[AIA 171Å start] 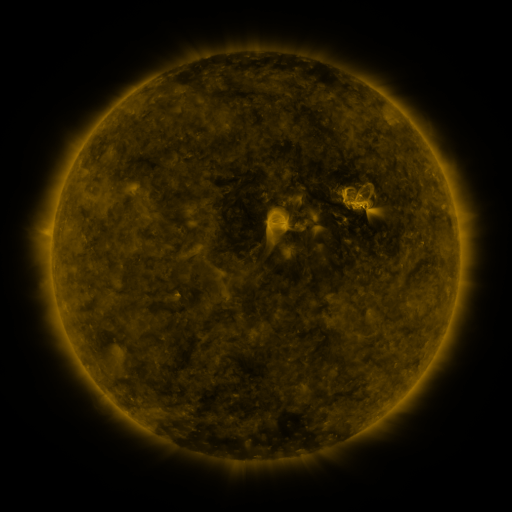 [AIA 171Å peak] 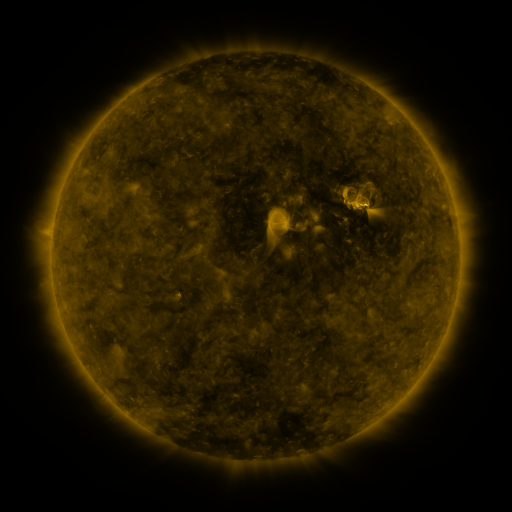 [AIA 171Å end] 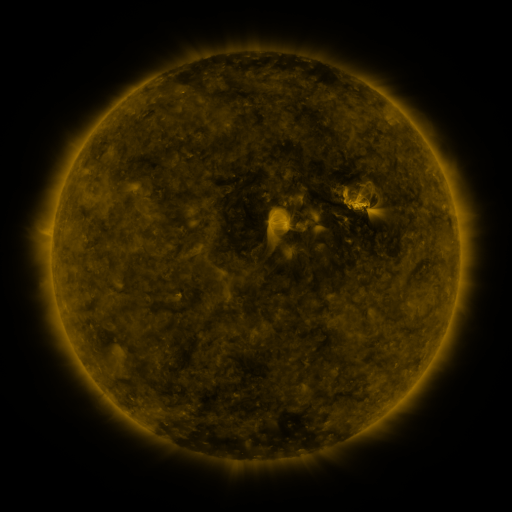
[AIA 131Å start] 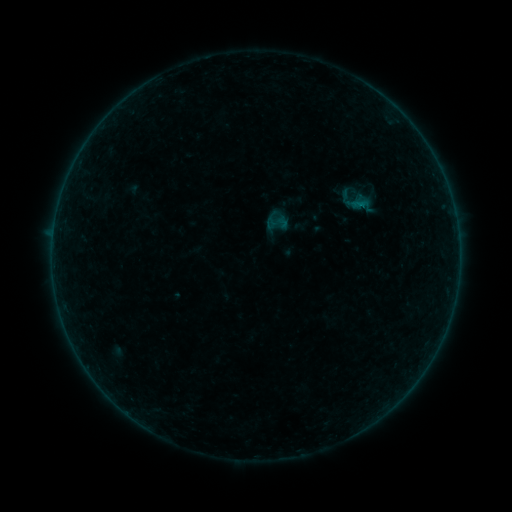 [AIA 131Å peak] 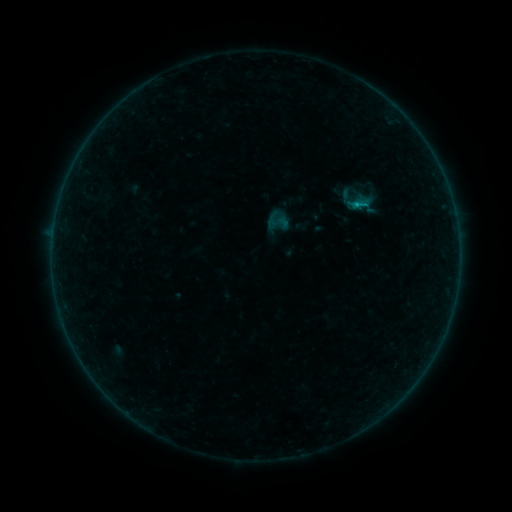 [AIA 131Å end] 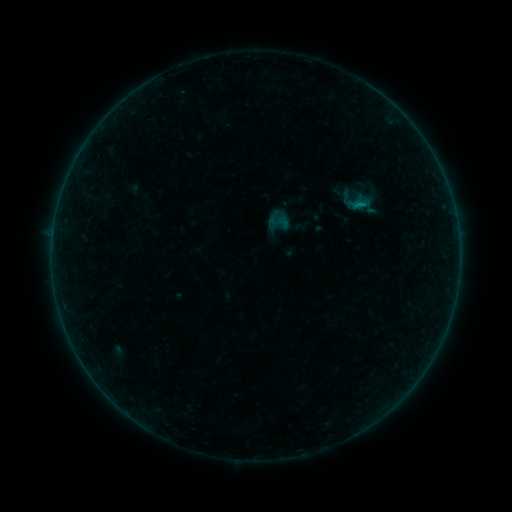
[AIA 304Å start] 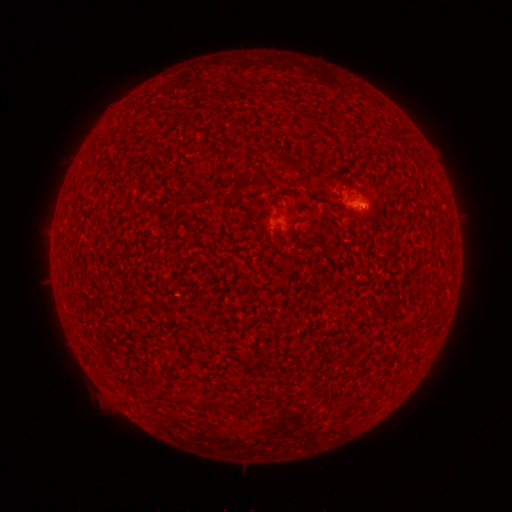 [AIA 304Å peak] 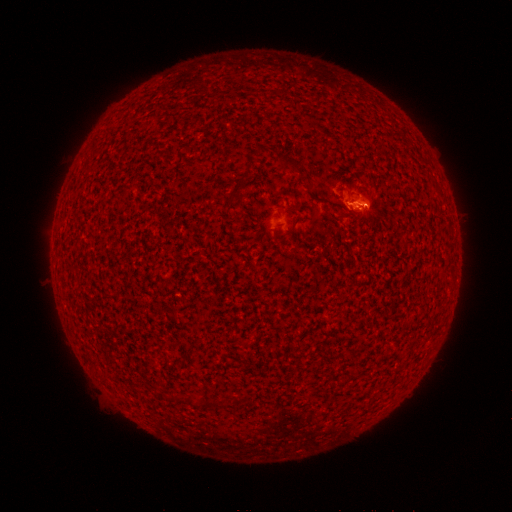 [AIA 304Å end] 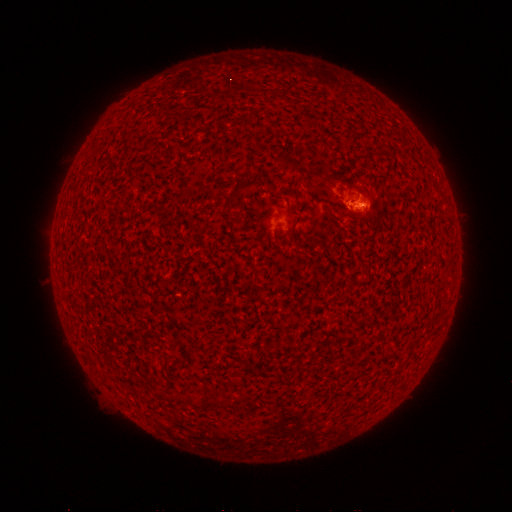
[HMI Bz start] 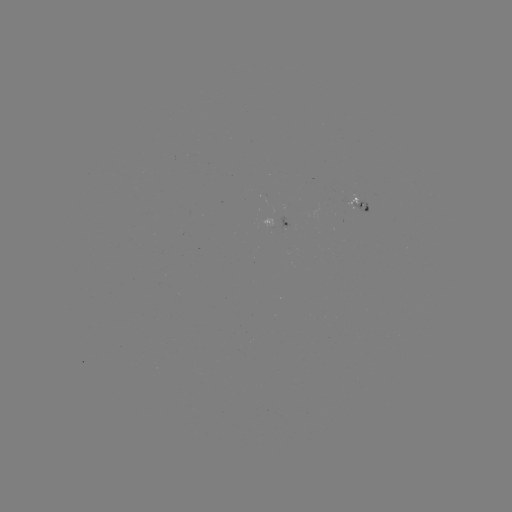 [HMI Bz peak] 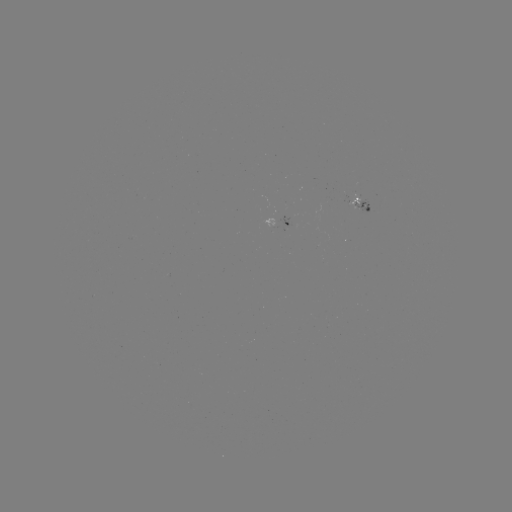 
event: flare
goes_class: B3.2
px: (353, 206)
